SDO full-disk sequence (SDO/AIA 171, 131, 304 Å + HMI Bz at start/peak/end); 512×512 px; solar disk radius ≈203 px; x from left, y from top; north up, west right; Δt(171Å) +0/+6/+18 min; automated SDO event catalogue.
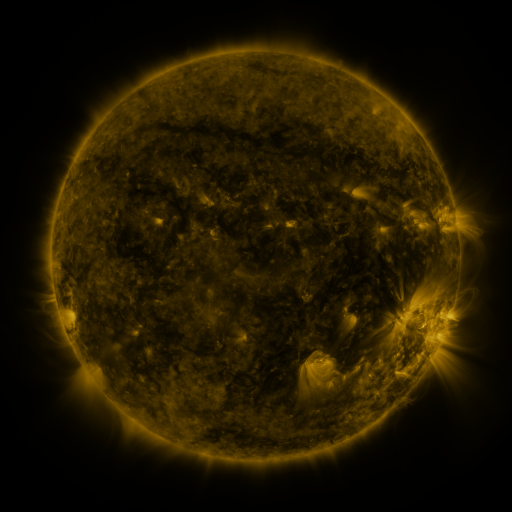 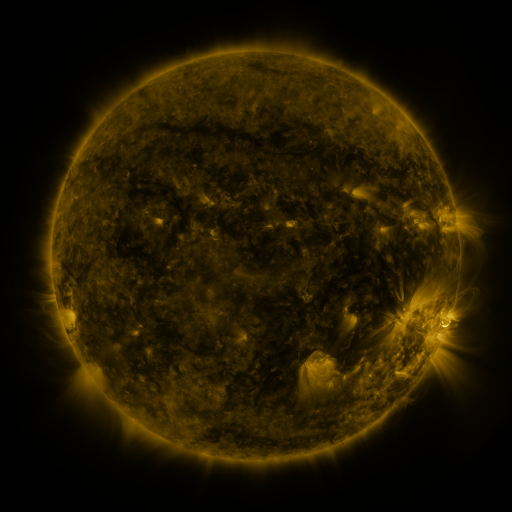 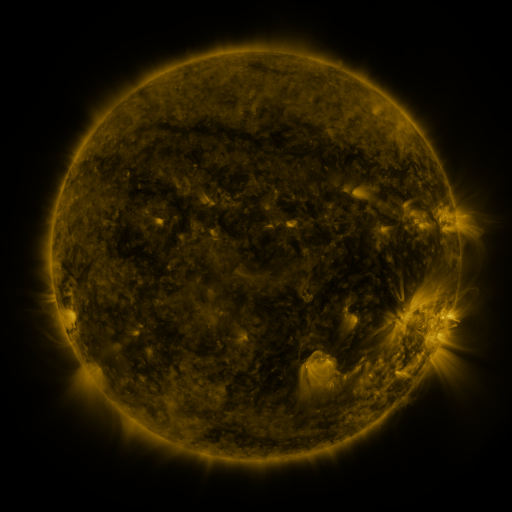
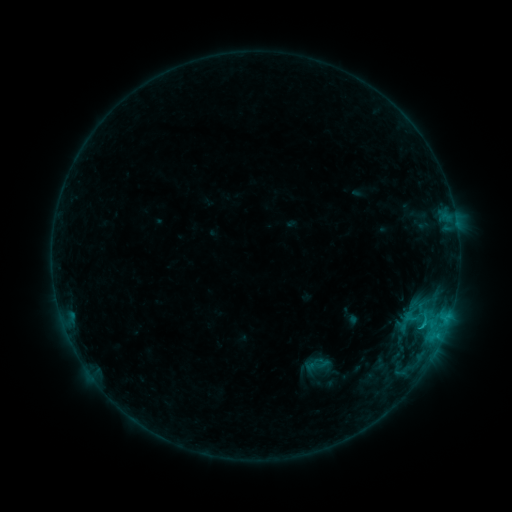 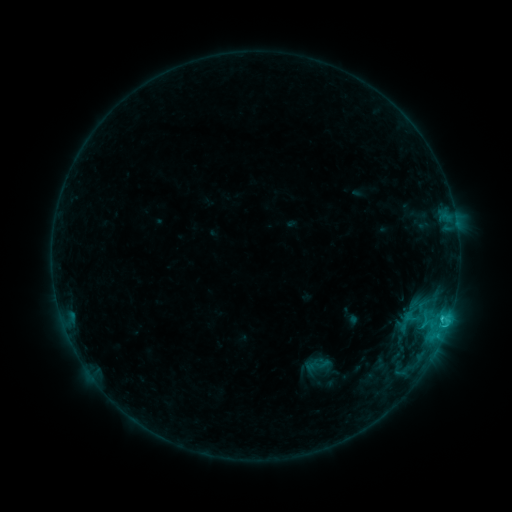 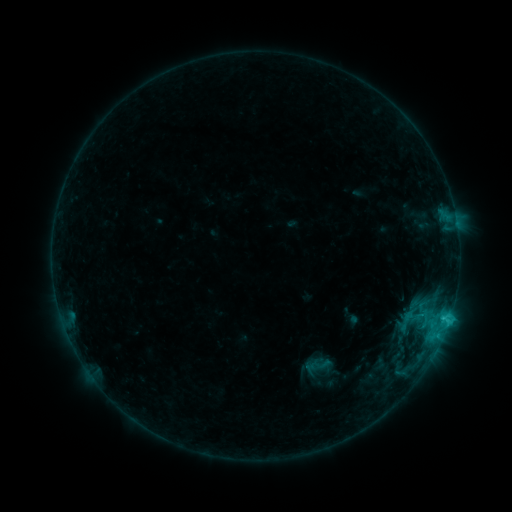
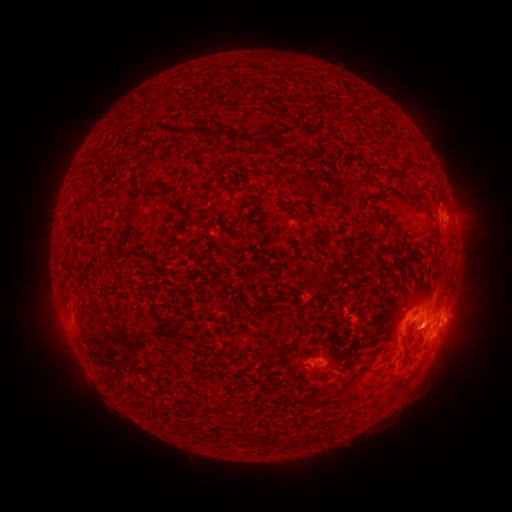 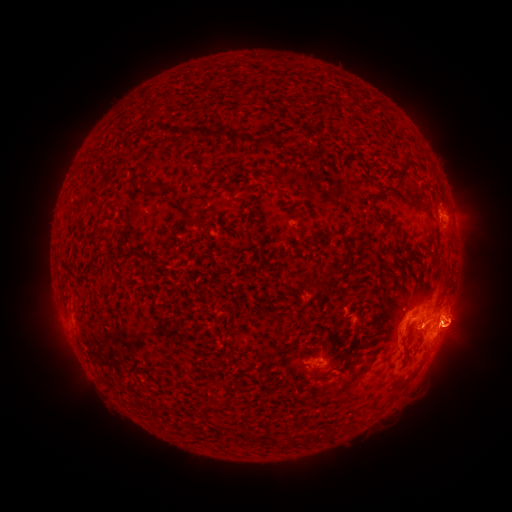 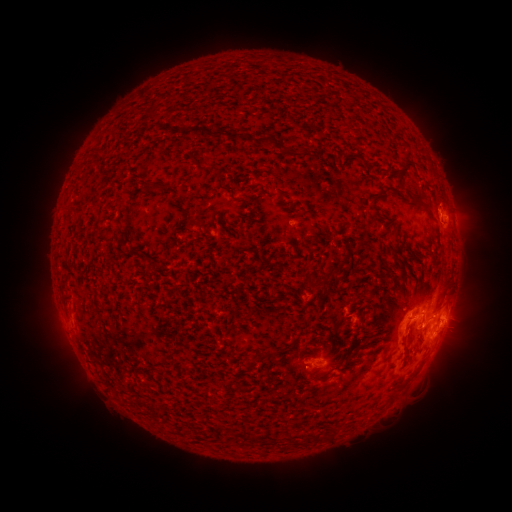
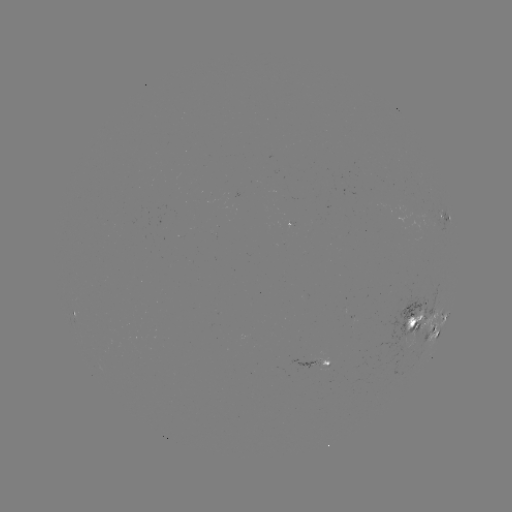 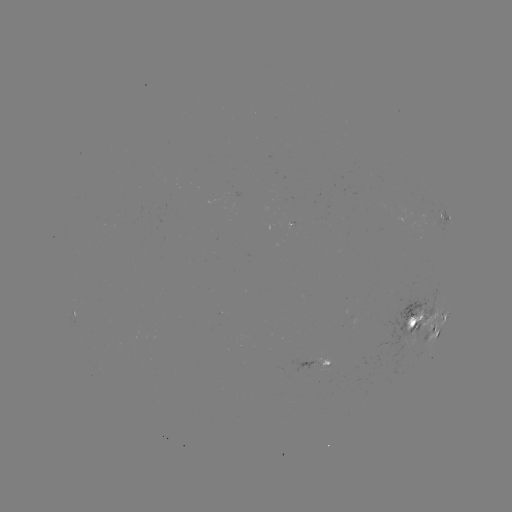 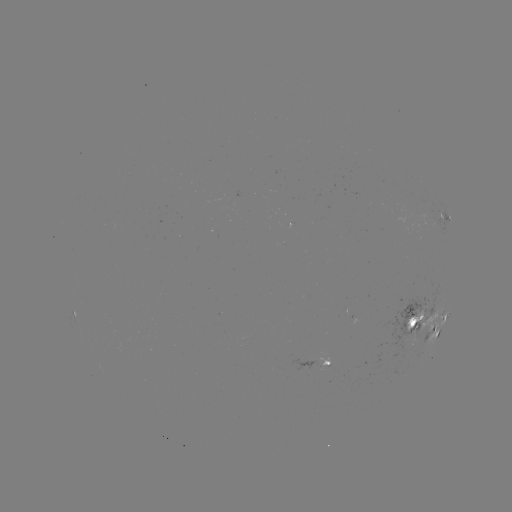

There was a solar eruption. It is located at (463, 330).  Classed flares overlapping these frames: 1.